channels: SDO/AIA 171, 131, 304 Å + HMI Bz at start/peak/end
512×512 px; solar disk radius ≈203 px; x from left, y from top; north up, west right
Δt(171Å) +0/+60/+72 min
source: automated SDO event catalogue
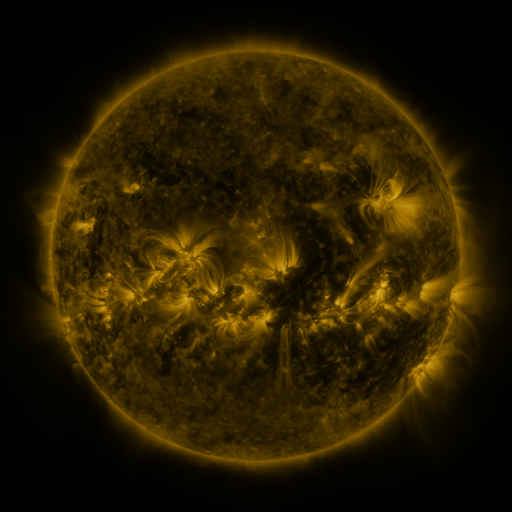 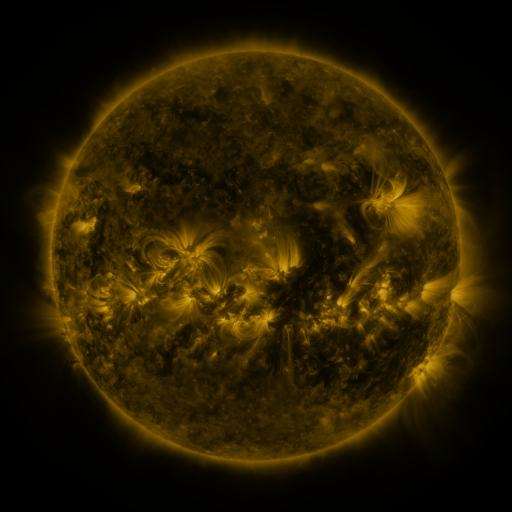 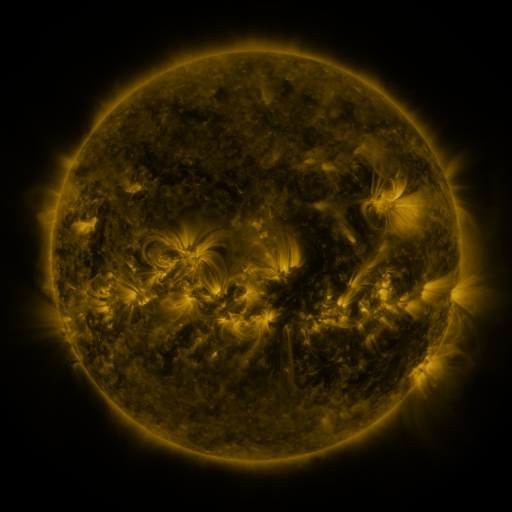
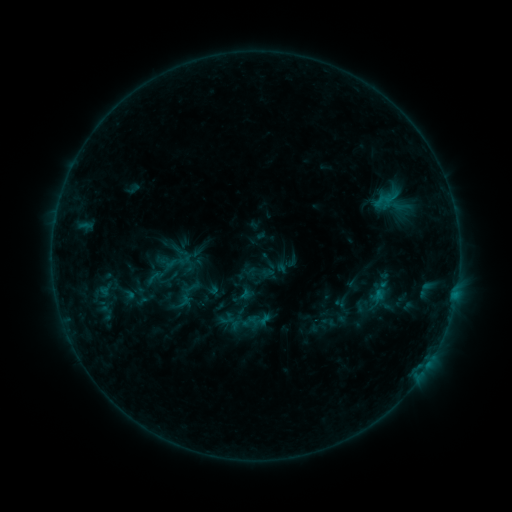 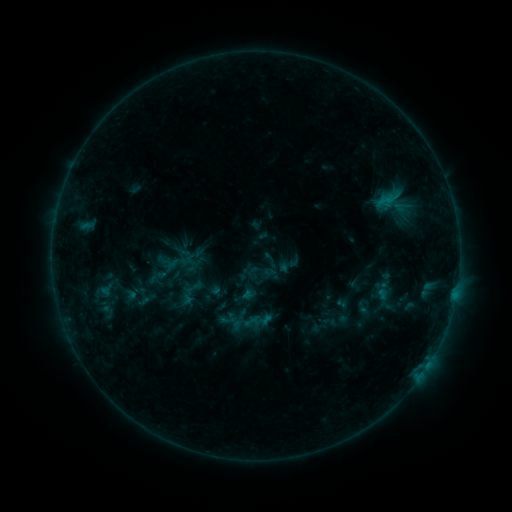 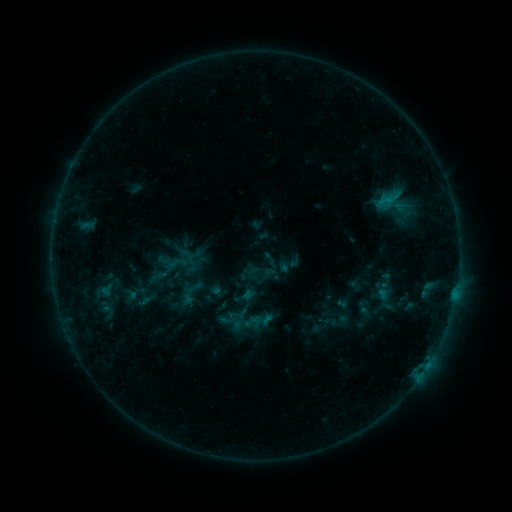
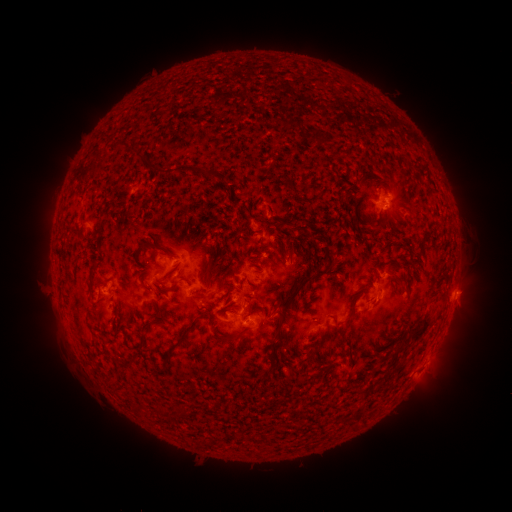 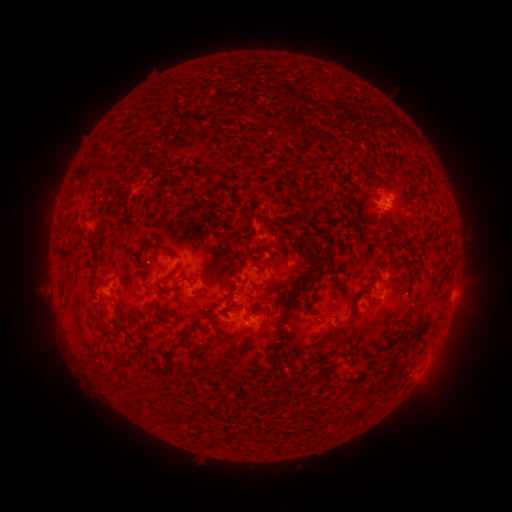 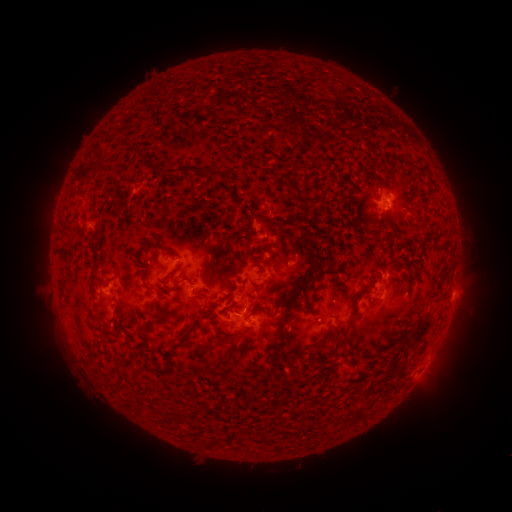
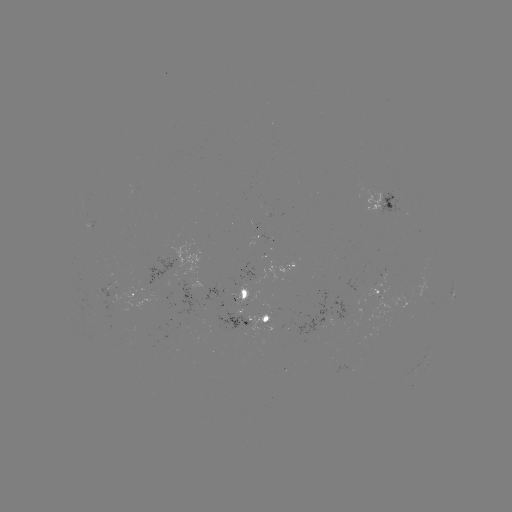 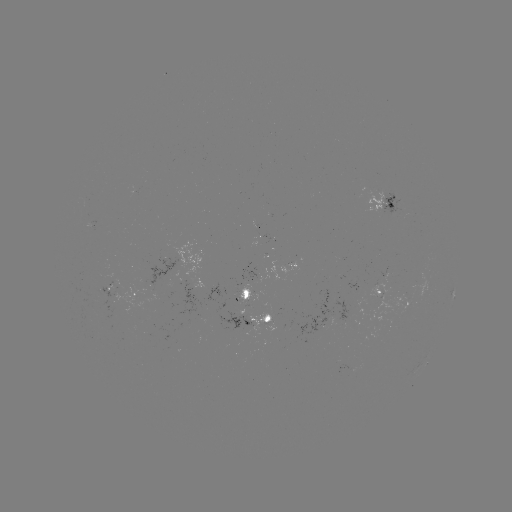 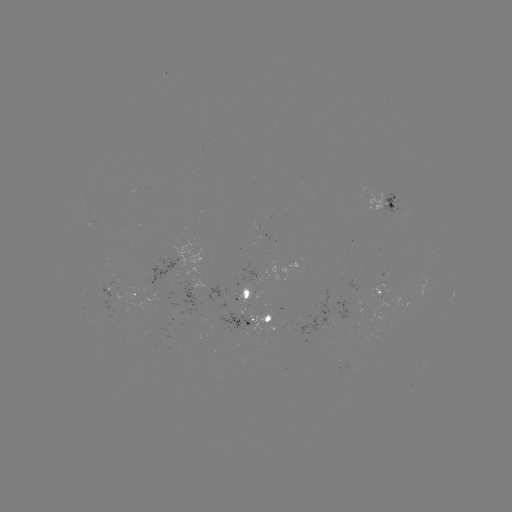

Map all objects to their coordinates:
emerging-flux region: (274, 314)
